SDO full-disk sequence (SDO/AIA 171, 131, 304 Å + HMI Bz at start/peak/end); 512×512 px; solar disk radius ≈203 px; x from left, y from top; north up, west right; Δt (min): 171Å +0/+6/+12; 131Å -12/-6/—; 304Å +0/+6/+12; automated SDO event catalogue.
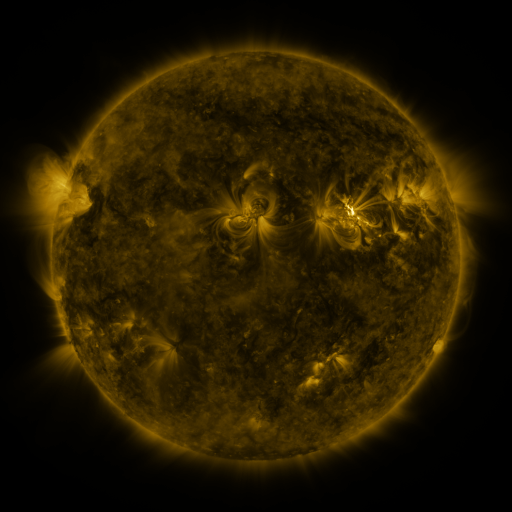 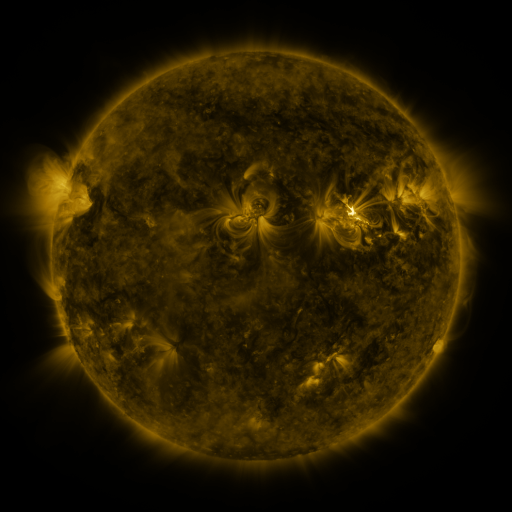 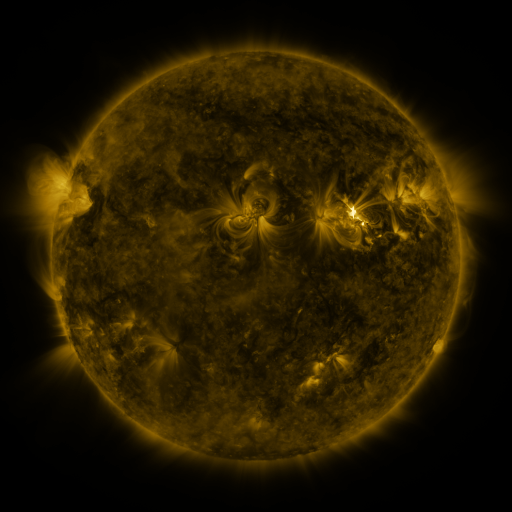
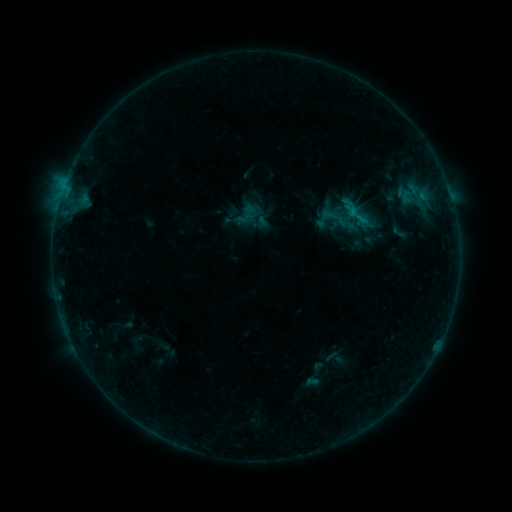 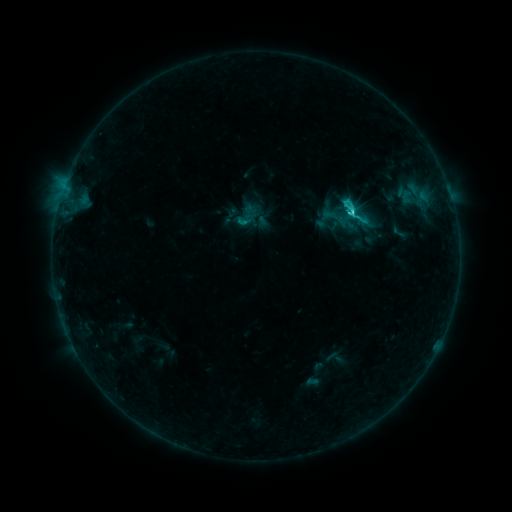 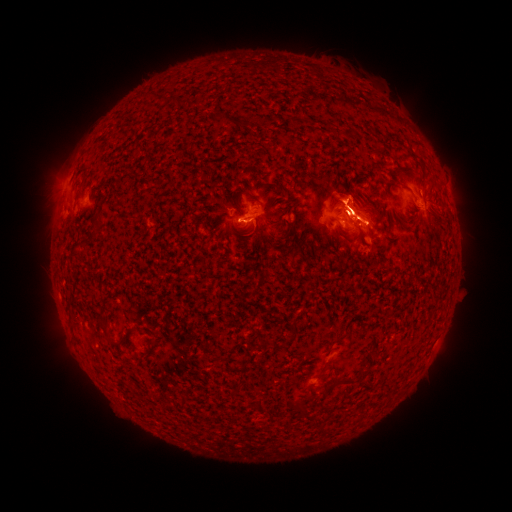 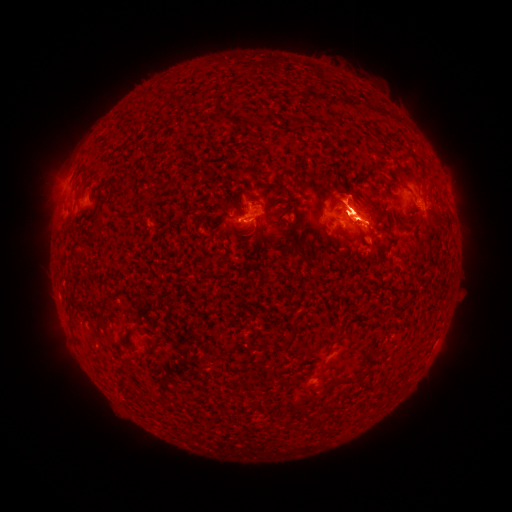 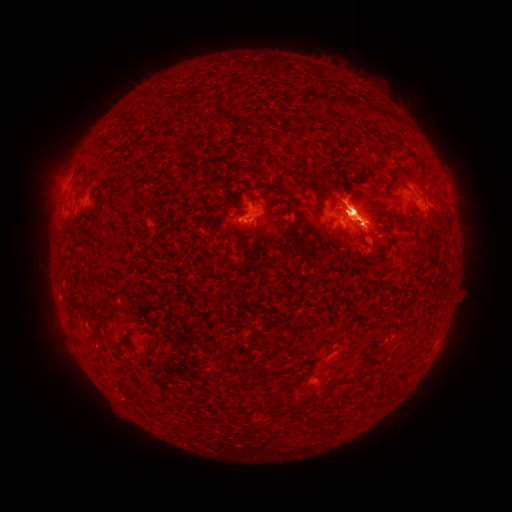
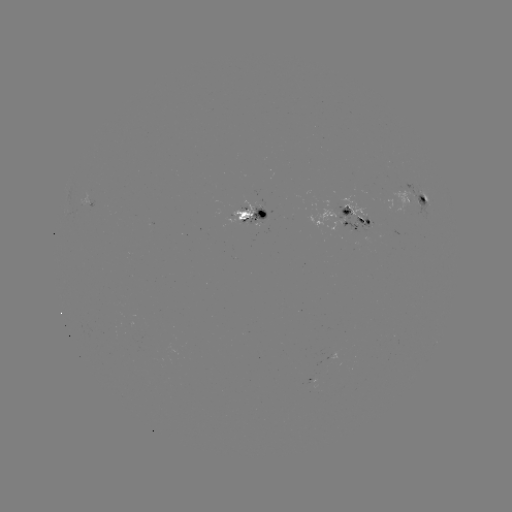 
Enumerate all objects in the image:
eruption: (446, 202)
